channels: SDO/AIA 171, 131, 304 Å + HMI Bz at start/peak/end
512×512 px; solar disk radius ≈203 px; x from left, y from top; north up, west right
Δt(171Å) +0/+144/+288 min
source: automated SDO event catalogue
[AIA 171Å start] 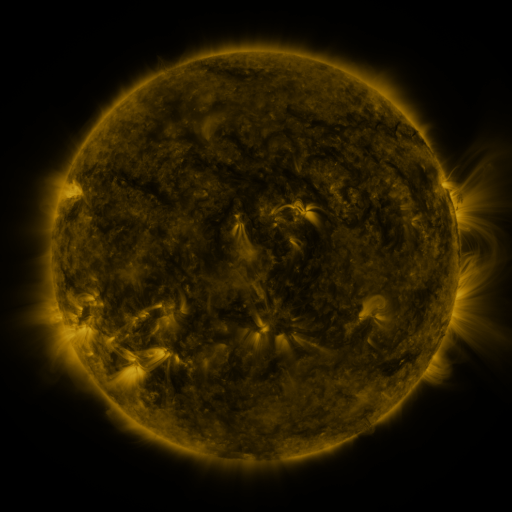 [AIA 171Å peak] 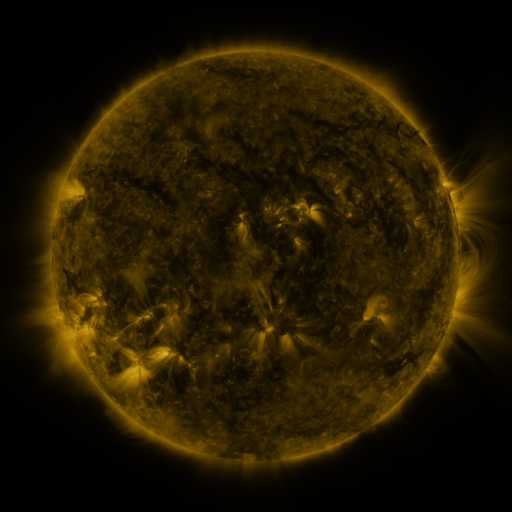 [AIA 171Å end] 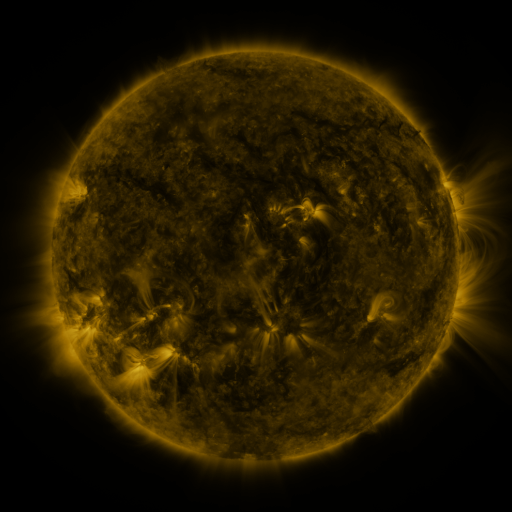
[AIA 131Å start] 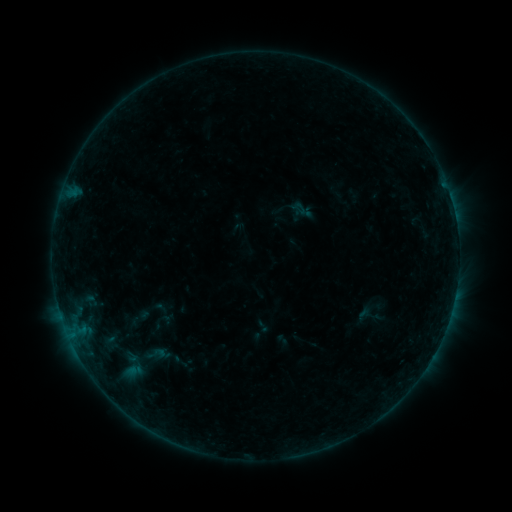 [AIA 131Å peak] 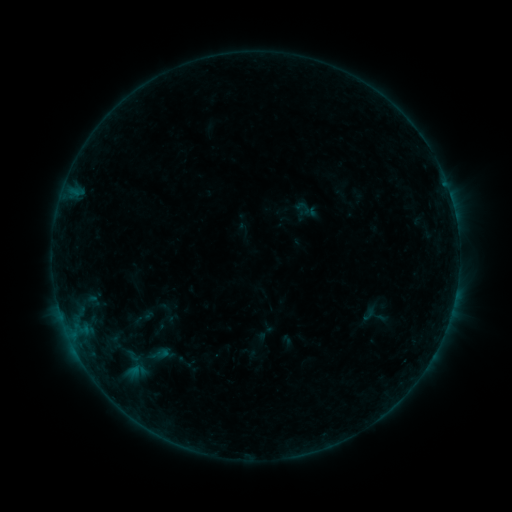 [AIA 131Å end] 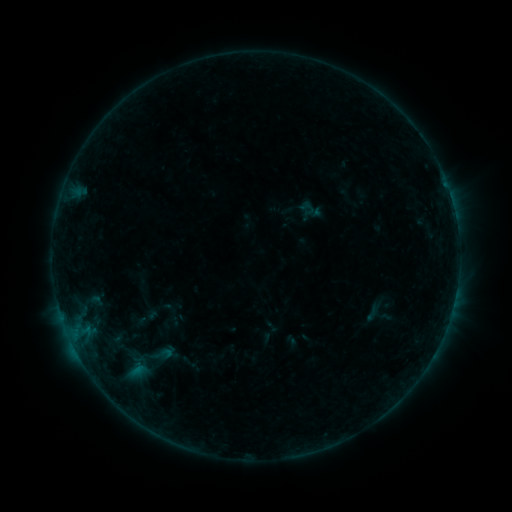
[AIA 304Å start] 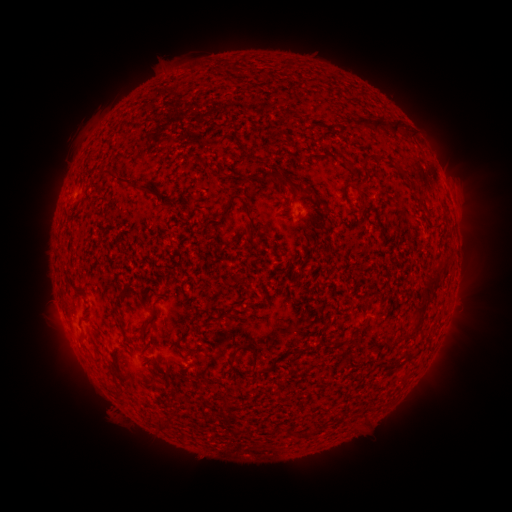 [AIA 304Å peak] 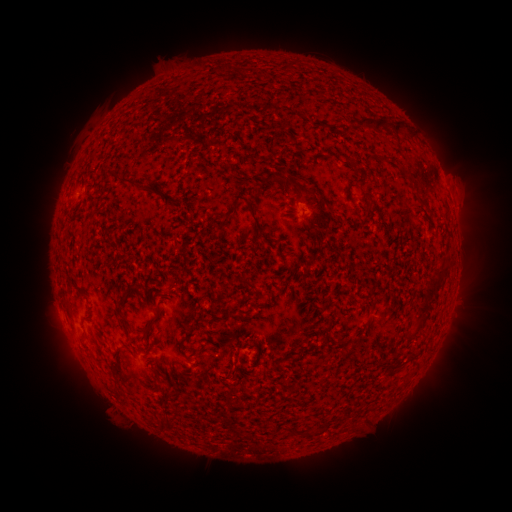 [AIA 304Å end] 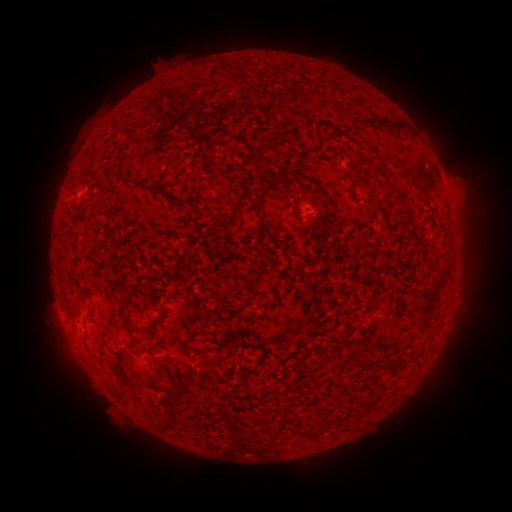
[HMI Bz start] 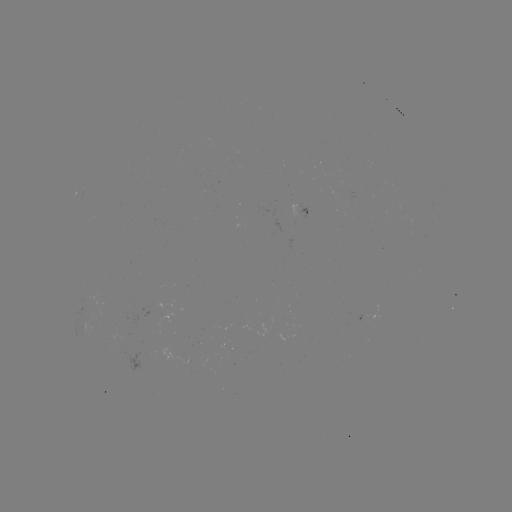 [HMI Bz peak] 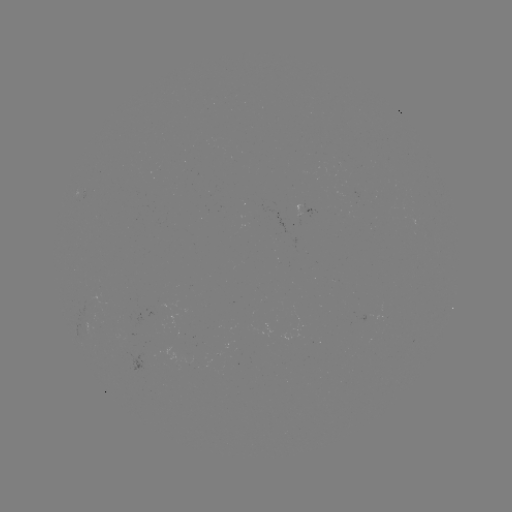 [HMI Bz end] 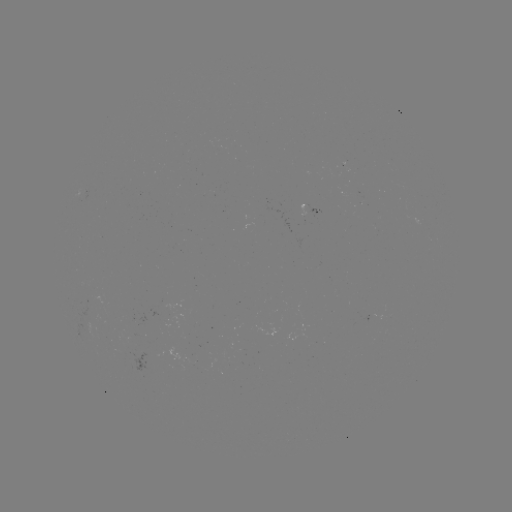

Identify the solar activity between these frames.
filament eruption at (247, 355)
